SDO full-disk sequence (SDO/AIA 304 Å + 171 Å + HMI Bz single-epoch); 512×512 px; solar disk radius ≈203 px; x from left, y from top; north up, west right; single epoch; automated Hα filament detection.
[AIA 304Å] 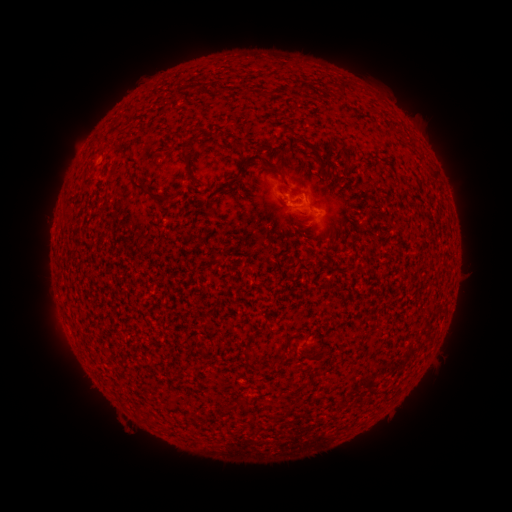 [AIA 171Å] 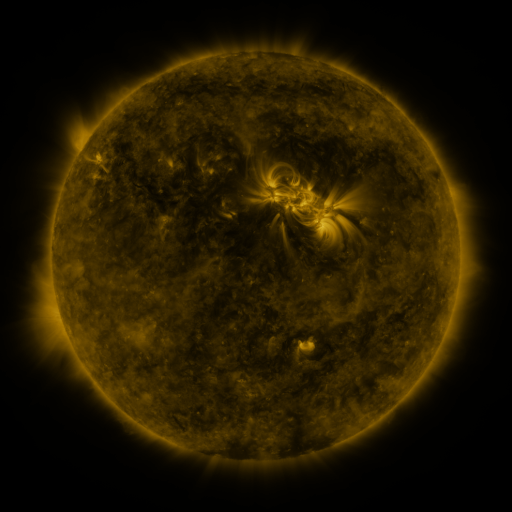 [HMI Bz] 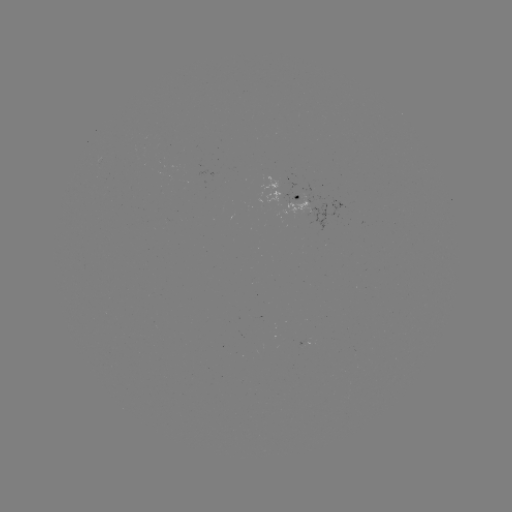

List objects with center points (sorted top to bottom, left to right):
filament: (306, 86)
filament: (346, 86)
filament: (193, 141)
filament: (186, 158)
filament: (282, 174)
filament: (139, 186)
filament: (173, 199)
